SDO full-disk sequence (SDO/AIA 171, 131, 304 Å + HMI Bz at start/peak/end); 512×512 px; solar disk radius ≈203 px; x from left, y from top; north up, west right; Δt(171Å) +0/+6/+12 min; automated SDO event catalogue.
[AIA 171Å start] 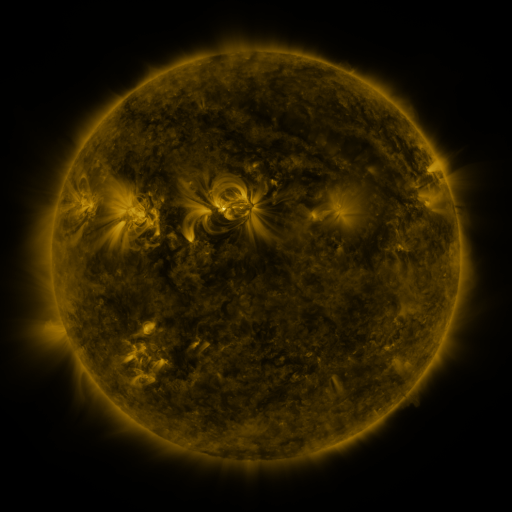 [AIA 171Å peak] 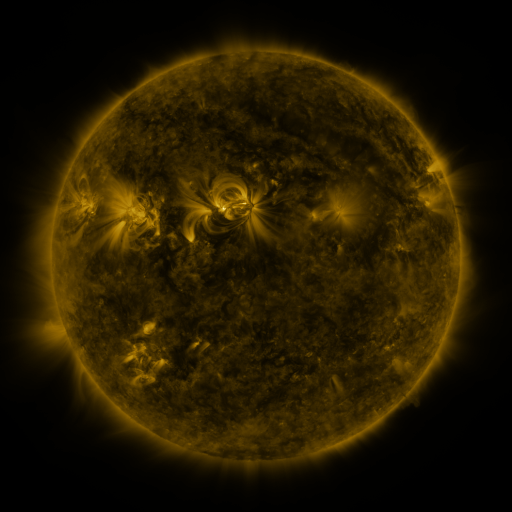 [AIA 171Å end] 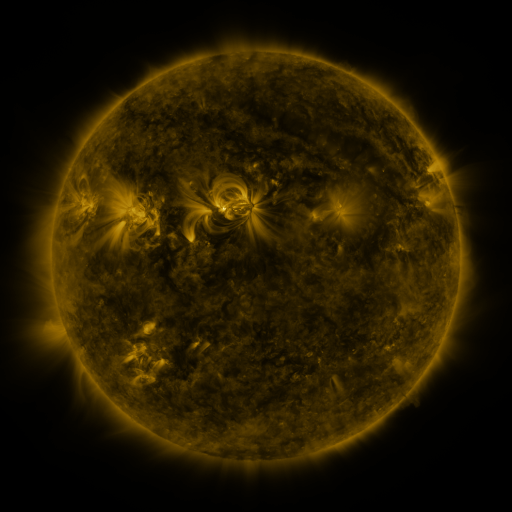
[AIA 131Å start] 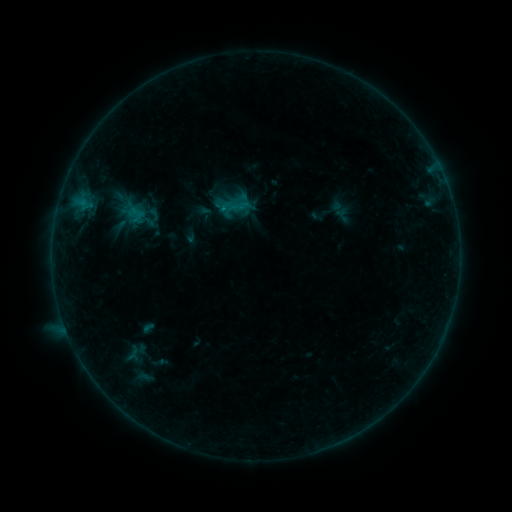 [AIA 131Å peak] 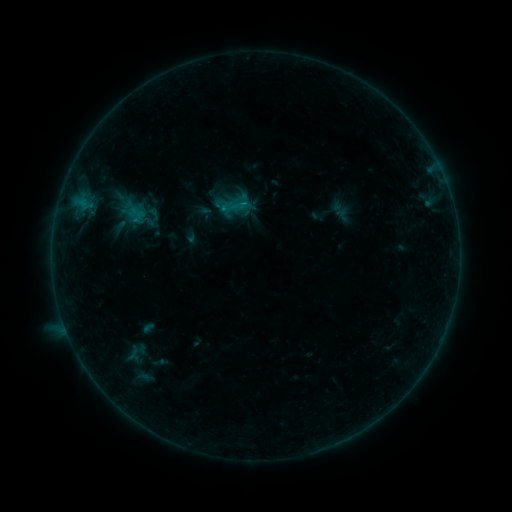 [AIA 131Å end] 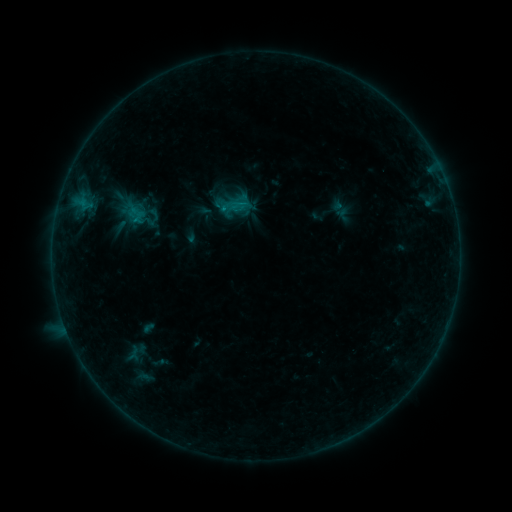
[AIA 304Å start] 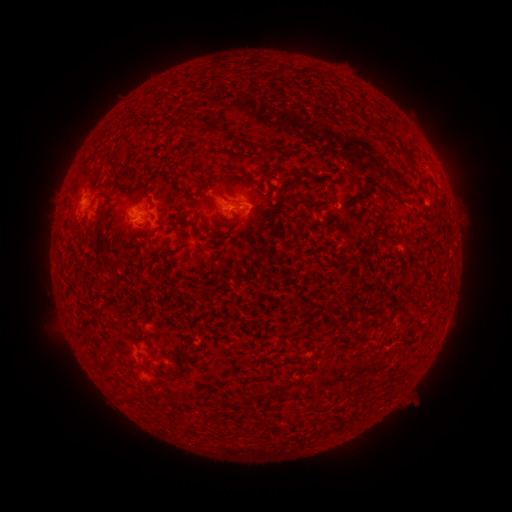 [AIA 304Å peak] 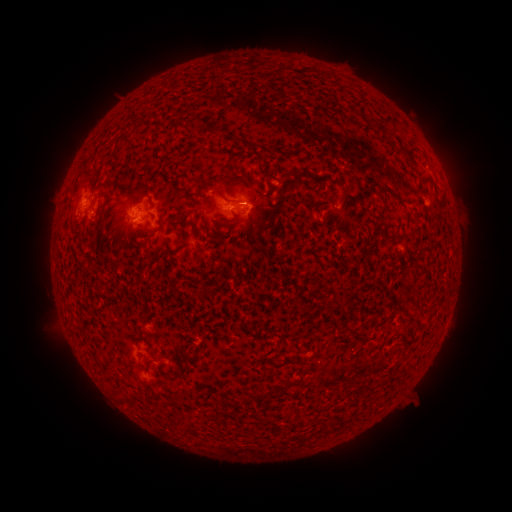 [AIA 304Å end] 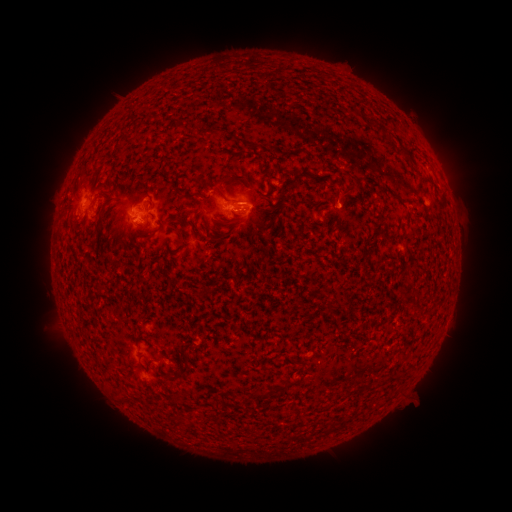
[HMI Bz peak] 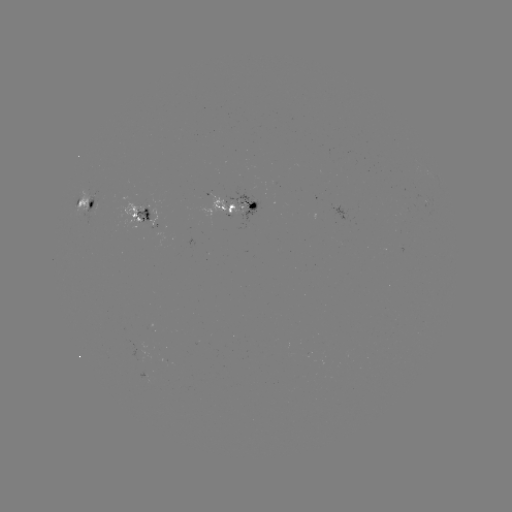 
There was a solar flare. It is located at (136, 222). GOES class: B7.0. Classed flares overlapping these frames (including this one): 1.